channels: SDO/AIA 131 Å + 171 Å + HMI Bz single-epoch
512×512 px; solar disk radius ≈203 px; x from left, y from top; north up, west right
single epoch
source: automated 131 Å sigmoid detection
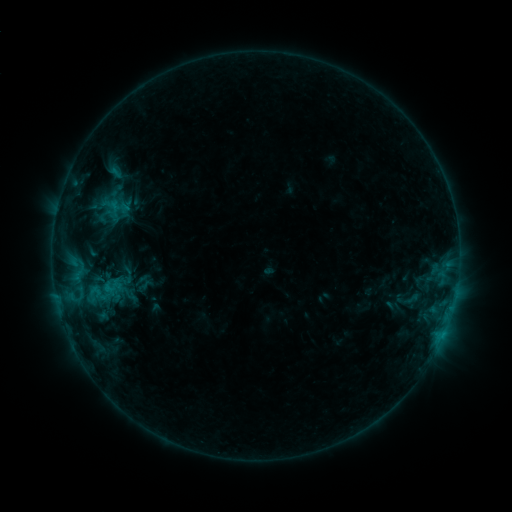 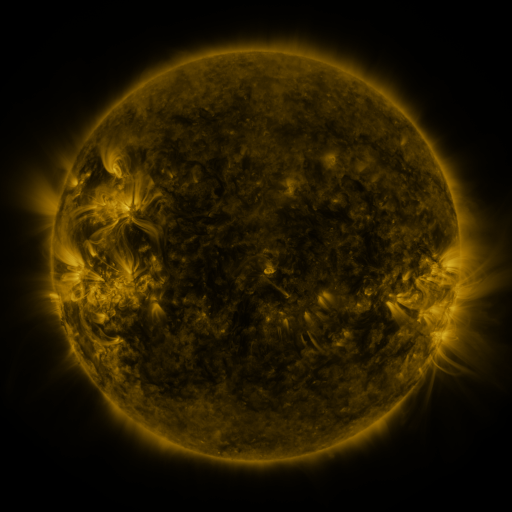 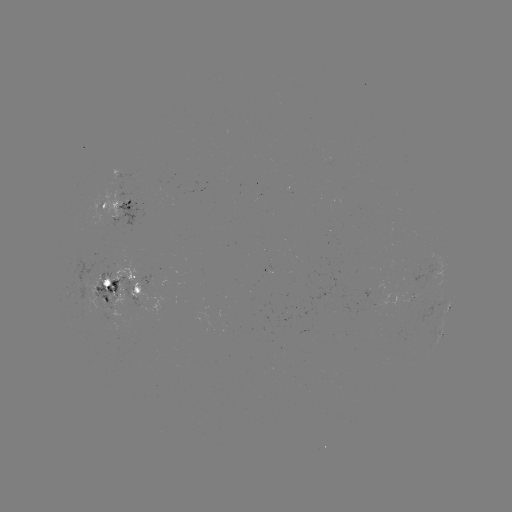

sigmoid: <bbox>85, 272, 130, 306</bbox>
